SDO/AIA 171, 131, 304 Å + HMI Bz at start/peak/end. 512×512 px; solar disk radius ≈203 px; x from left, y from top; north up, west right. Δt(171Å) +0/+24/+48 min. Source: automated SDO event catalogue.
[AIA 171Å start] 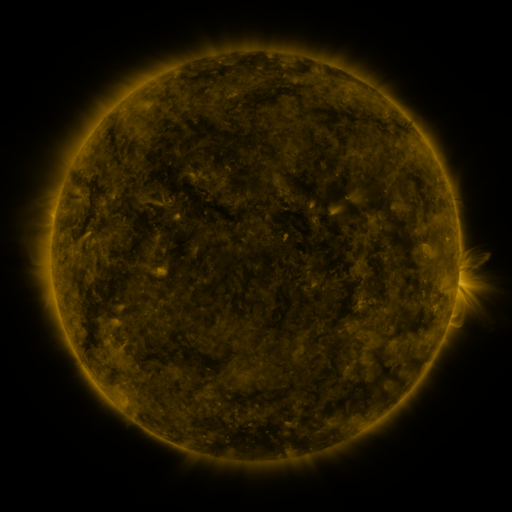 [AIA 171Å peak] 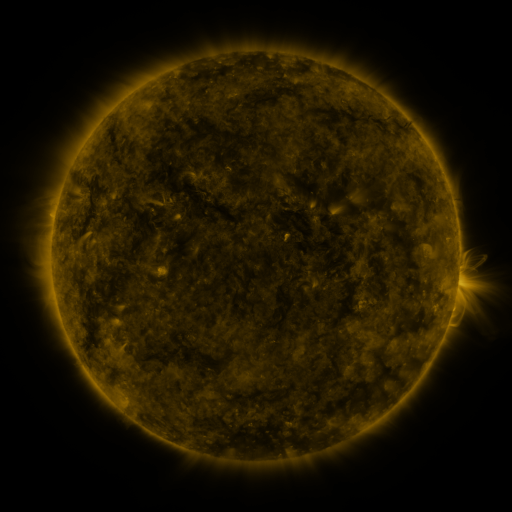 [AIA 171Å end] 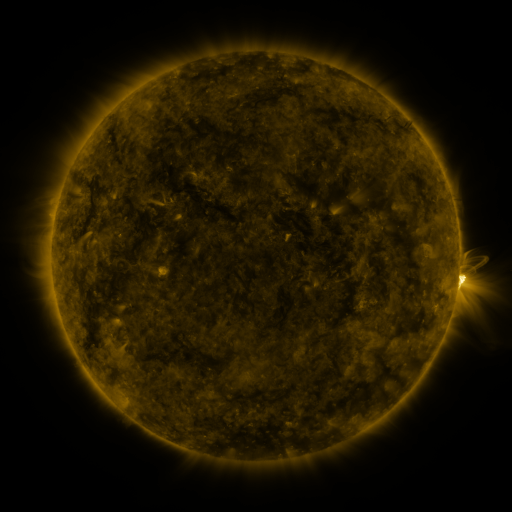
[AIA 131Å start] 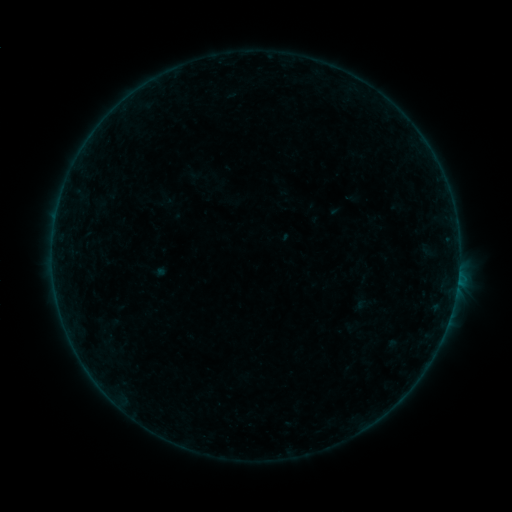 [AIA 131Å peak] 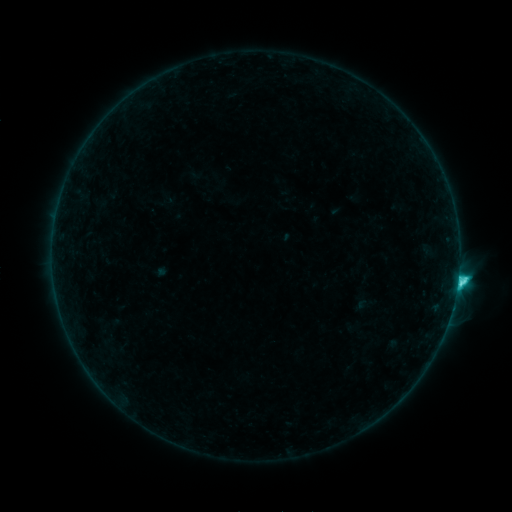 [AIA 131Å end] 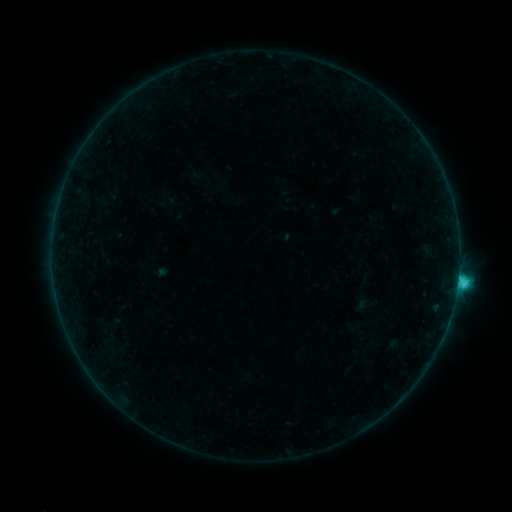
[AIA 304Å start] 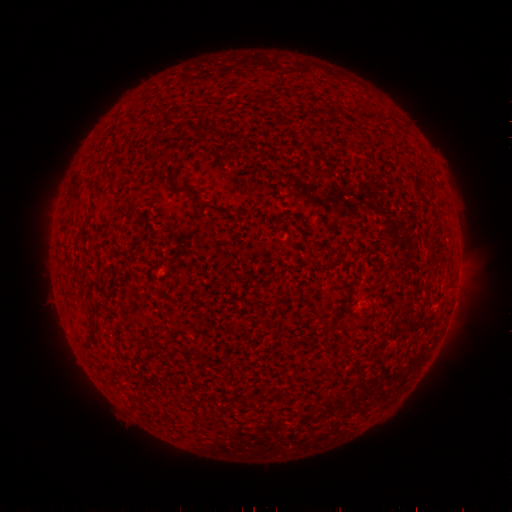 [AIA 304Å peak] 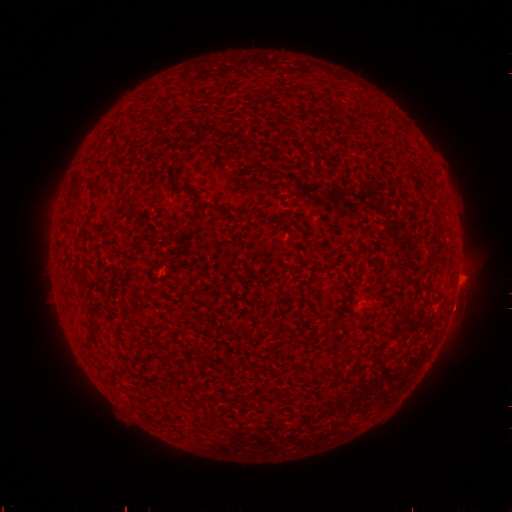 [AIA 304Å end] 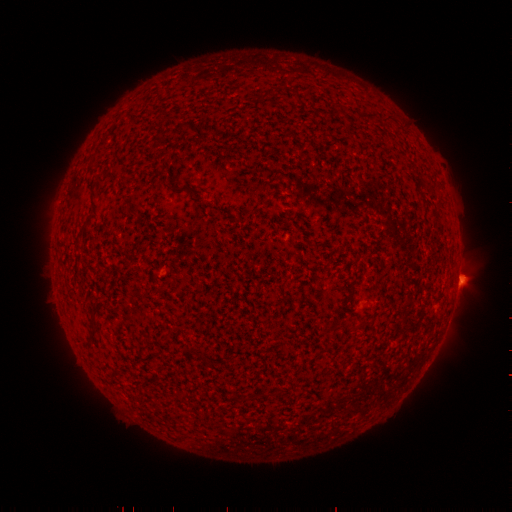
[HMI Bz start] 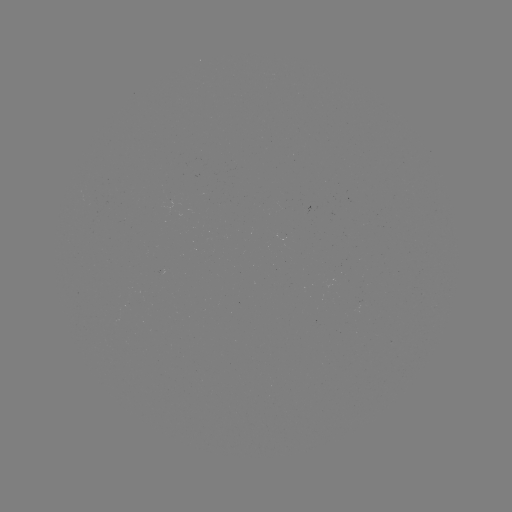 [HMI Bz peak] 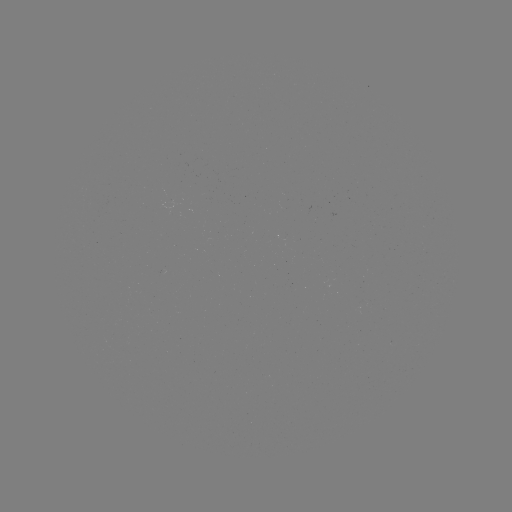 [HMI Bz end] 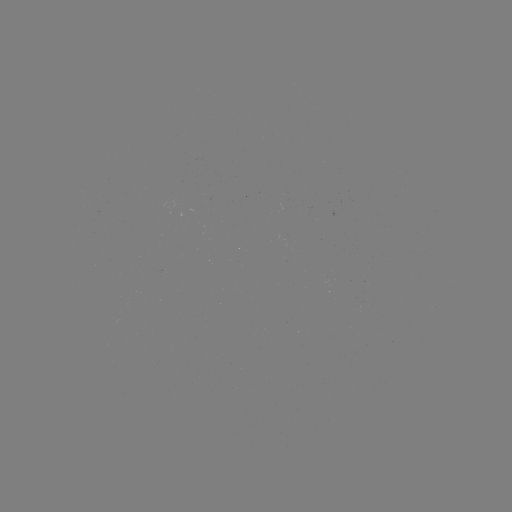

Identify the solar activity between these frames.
C4.0 flare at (457, 280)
